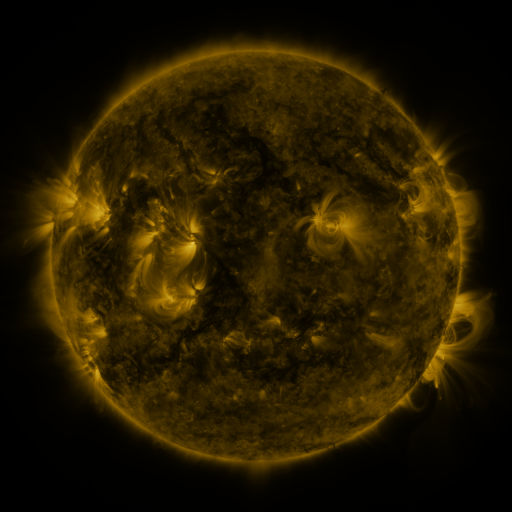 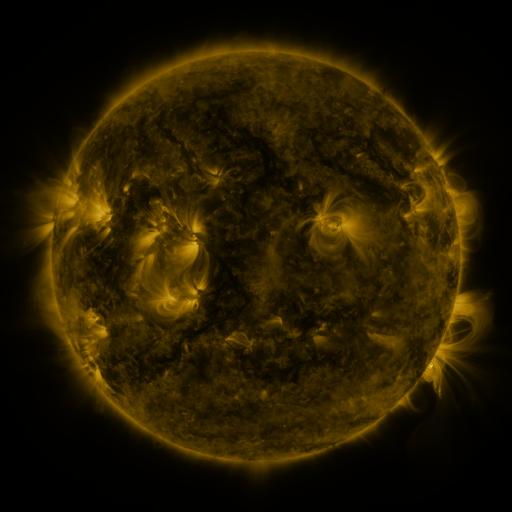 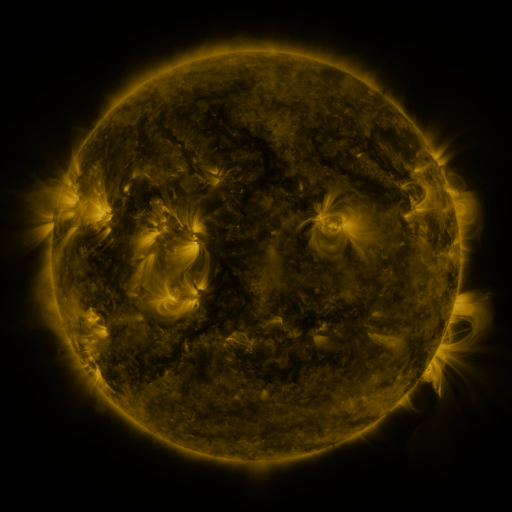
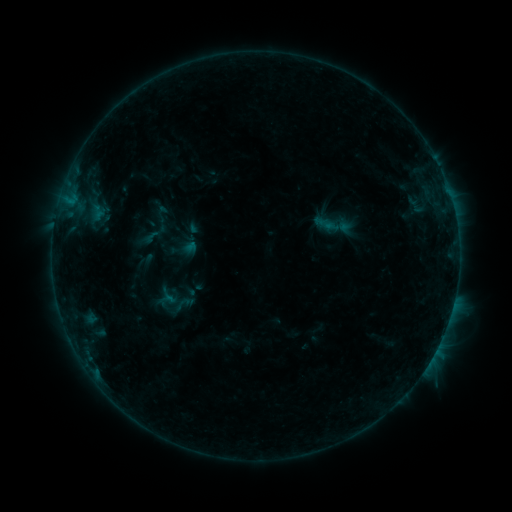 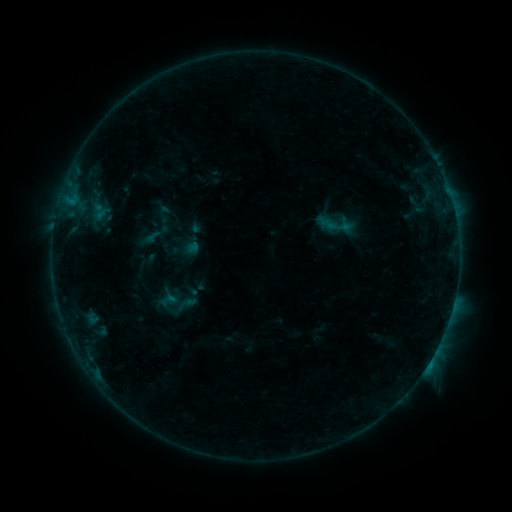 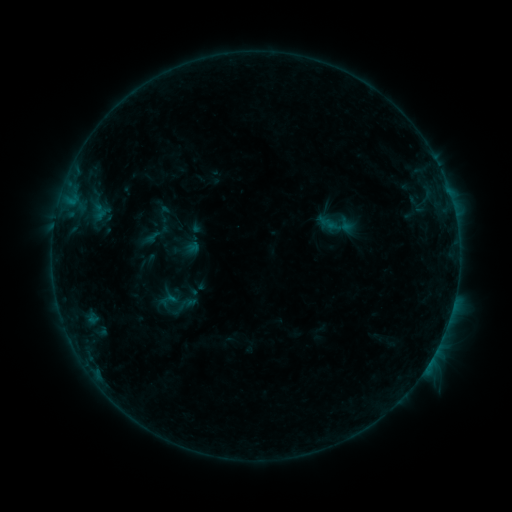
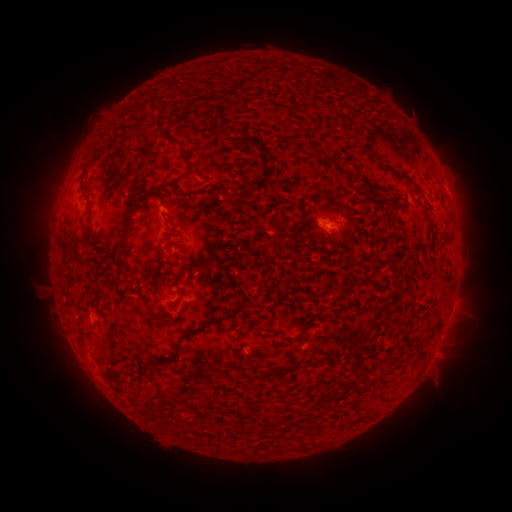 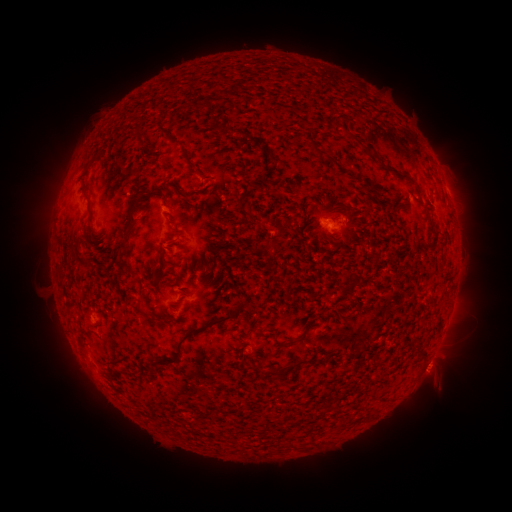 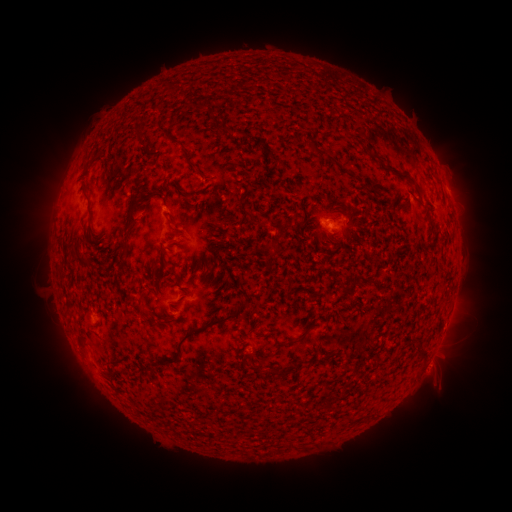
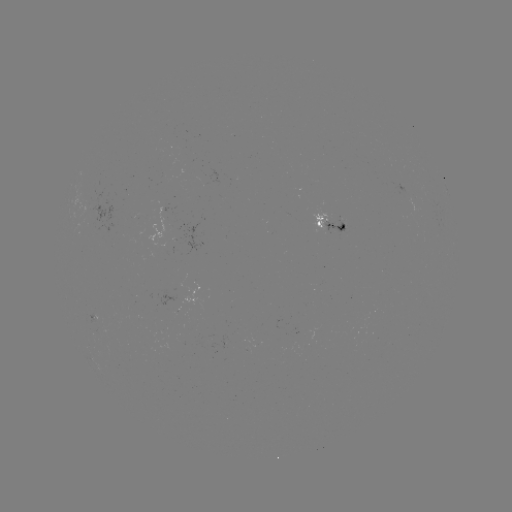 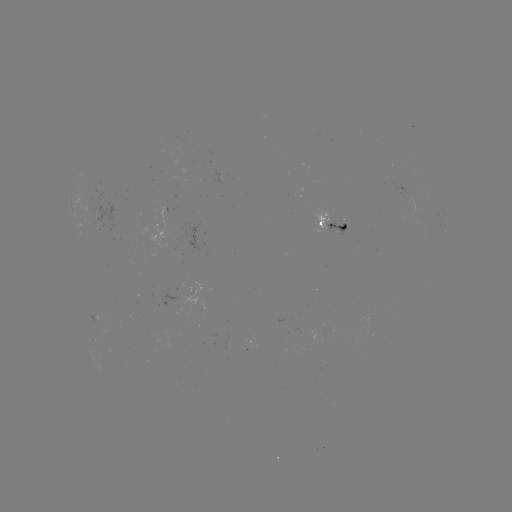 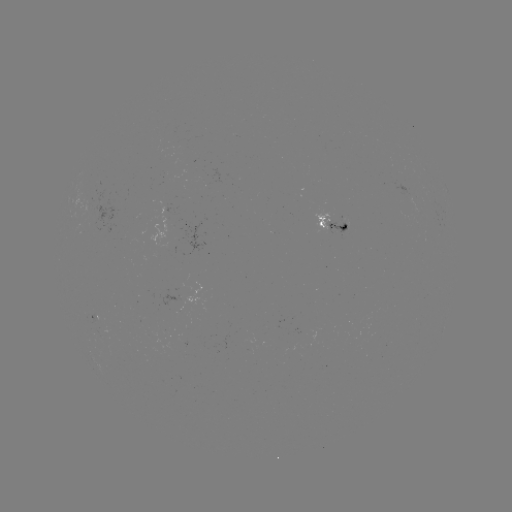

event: emerging-flux region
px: (342, 223)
